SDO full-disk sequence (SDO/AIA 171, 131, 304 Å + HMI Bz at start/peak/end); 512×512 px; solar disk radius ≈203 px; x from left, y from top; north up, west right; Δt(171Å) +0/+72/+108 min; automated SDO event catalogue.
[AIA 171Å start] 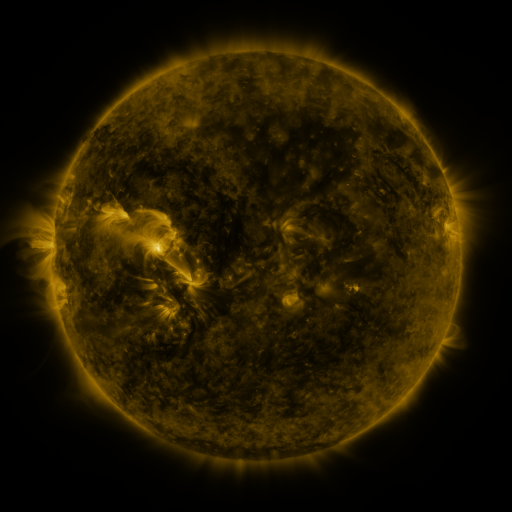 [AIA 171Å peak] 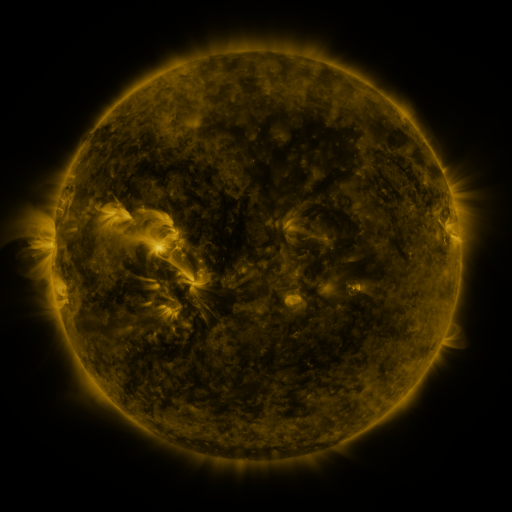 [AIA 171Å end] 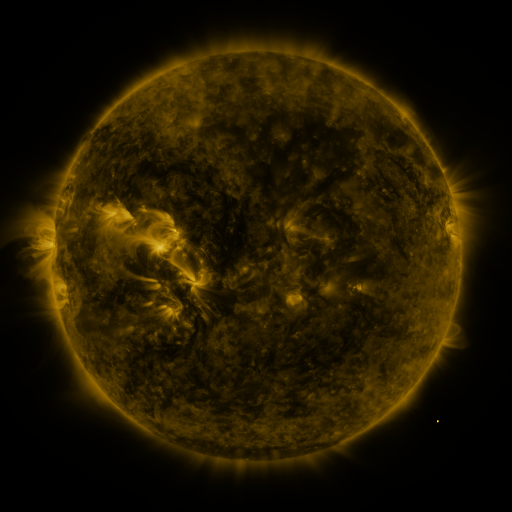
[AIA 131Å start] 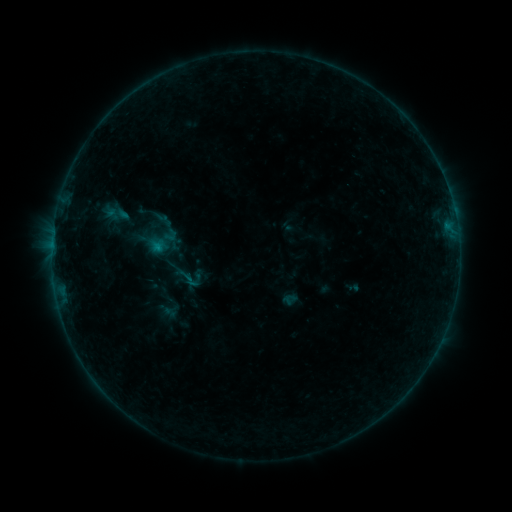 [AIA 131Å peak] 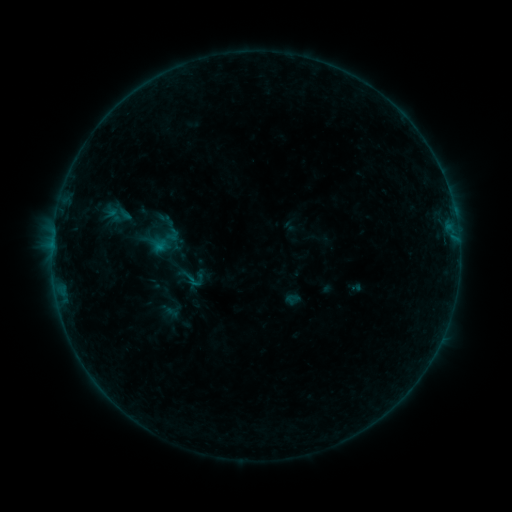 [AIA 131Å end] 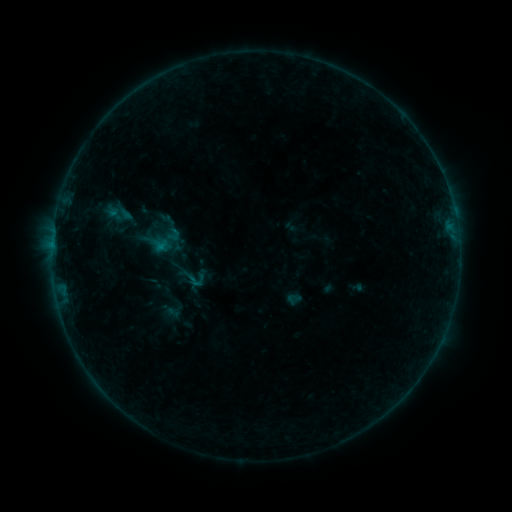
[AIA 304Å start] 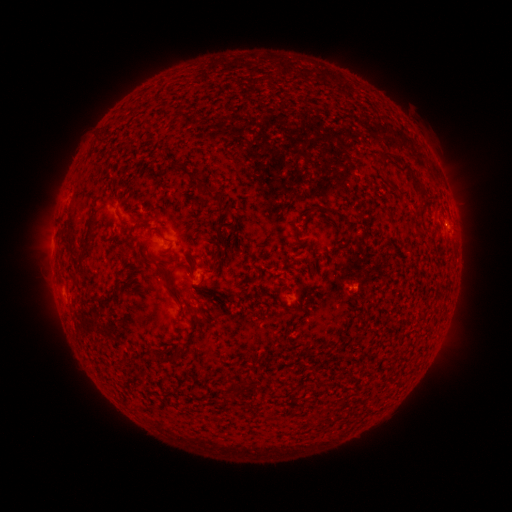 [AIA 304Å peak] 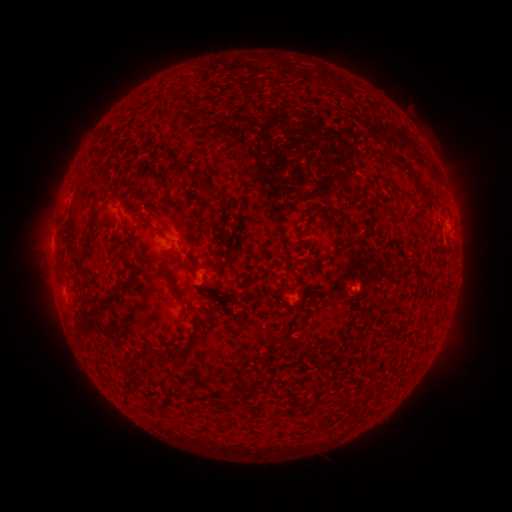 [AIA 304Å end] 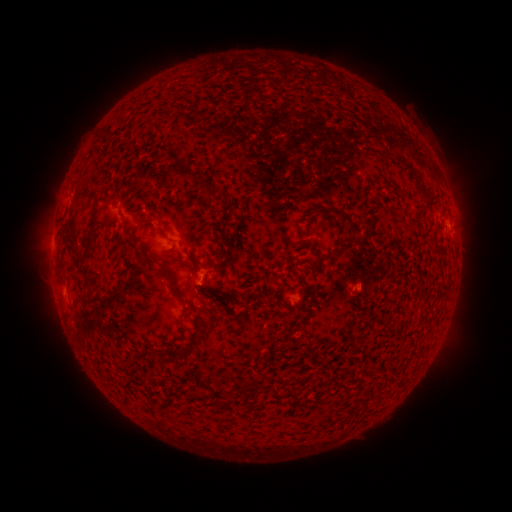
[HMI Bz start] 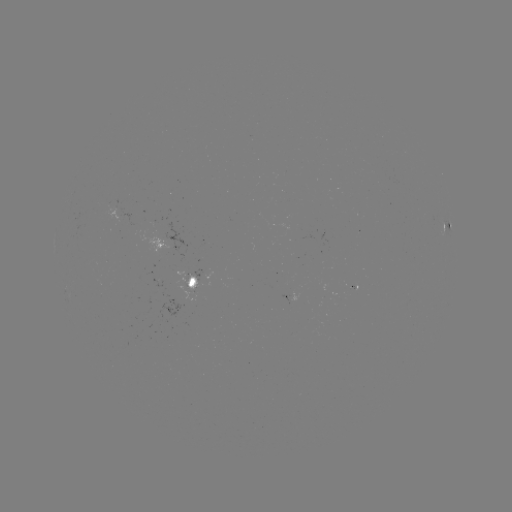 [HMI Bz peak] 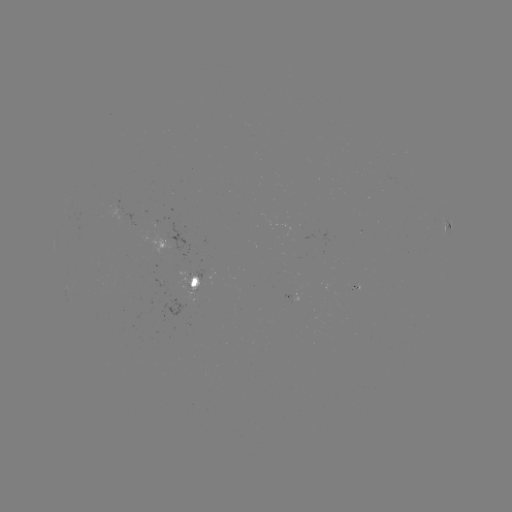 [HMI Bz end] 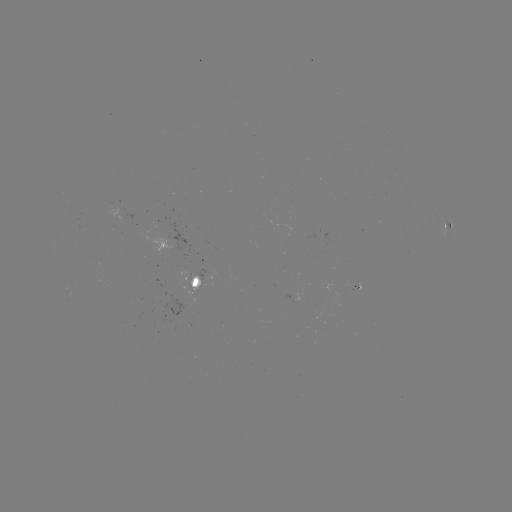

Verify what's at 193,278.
emerging-flux region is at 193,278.